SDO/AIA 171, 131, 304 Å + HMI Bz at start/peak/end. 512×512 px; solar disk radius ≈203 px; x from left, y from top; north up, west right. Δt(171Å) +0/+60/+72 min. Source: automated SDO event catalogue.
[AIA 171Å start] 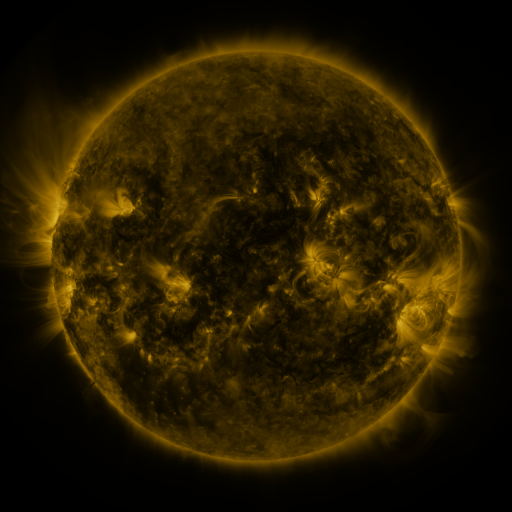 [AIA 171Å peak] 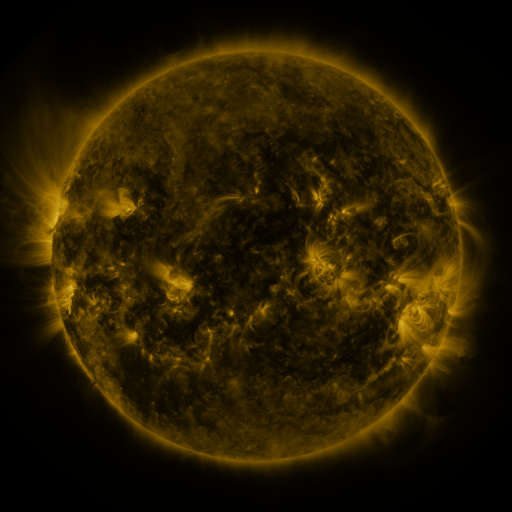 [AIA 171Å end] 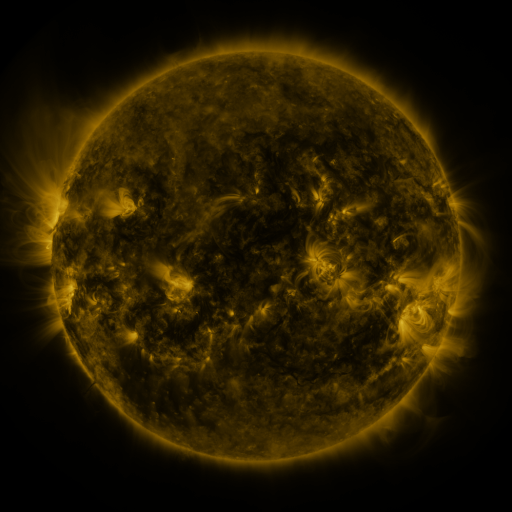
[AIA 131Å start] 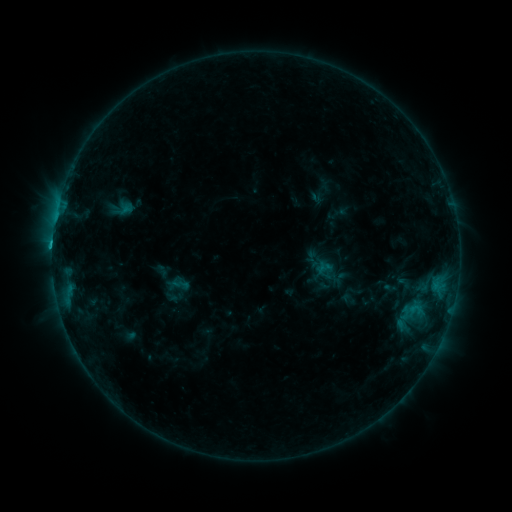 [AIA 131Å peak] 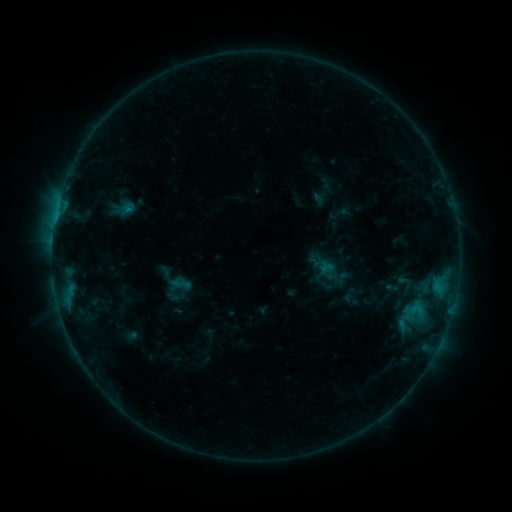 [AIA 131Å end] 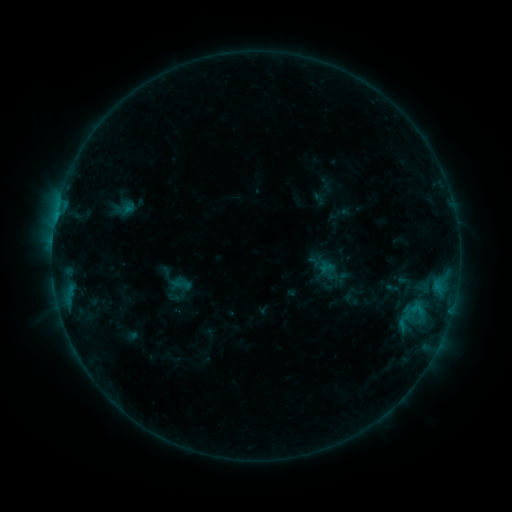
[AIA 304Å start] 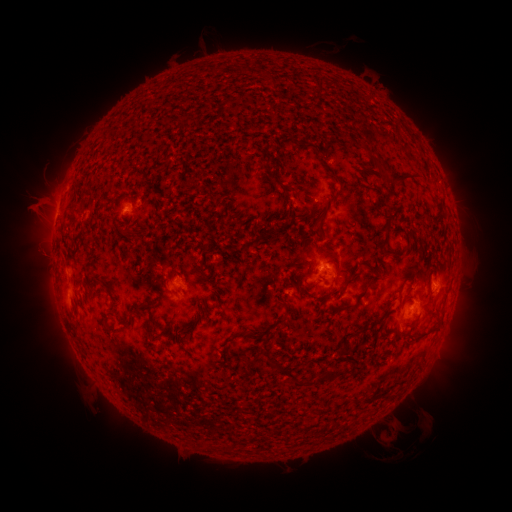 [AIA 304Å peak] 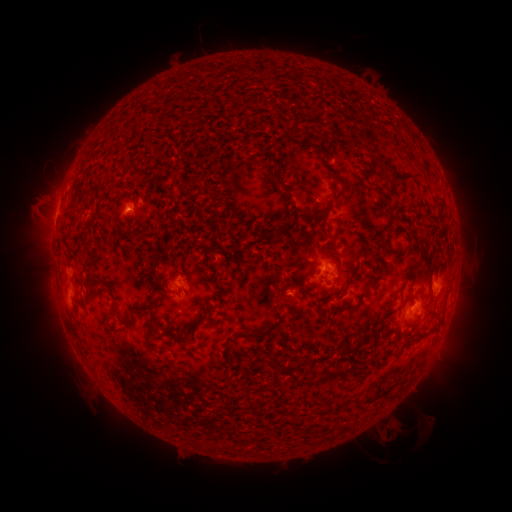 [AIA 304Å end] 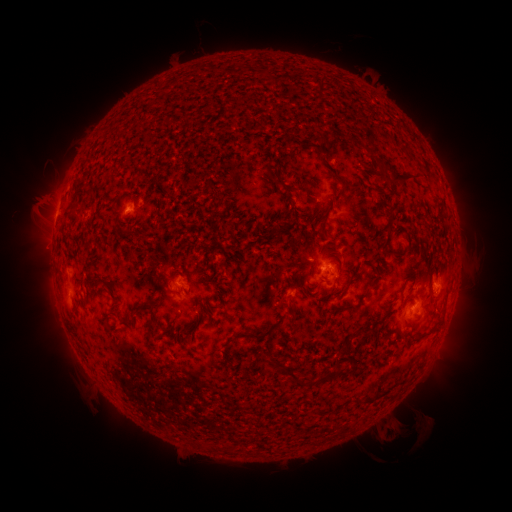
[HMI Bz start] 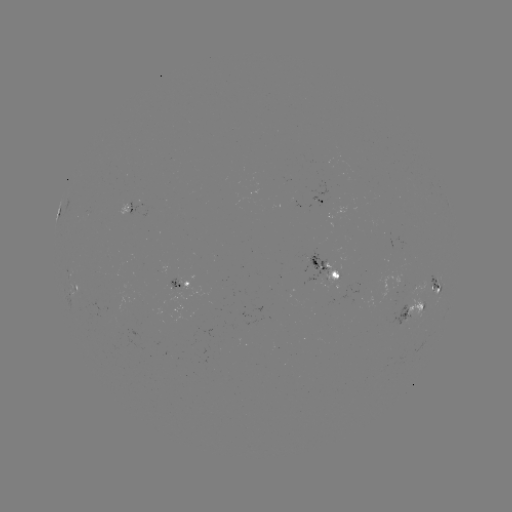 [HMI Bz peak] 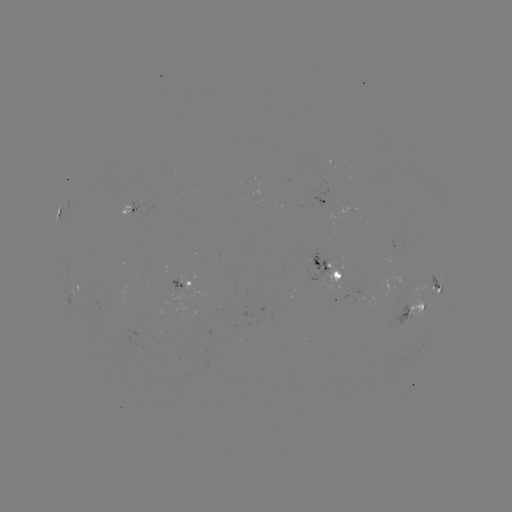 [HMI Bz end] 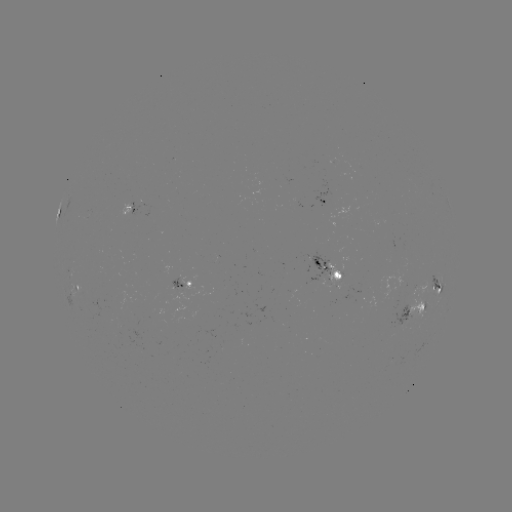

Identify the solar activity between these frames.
emerging-flux region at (402, 321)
